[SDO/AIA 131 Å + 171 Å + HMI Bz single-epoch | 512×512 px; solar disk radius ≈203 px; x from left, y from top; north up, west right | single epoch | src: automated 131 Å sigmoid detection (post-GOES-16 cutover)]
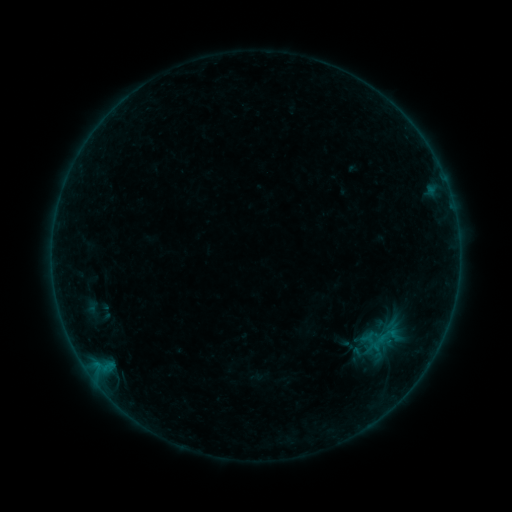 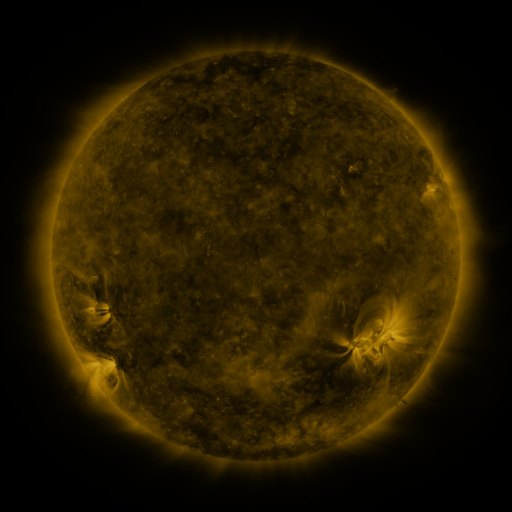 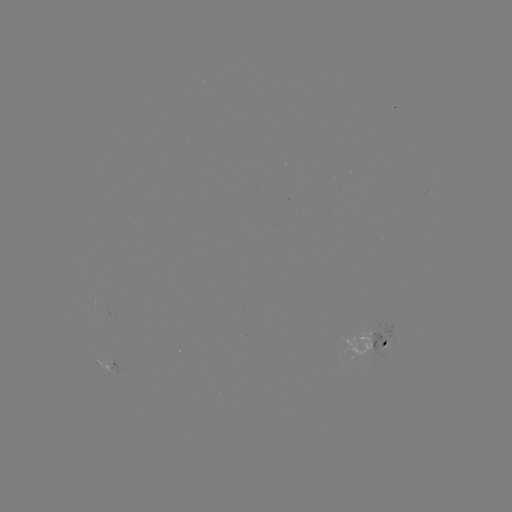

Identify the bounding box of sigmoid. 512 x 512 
[368, 333, 387, 352].